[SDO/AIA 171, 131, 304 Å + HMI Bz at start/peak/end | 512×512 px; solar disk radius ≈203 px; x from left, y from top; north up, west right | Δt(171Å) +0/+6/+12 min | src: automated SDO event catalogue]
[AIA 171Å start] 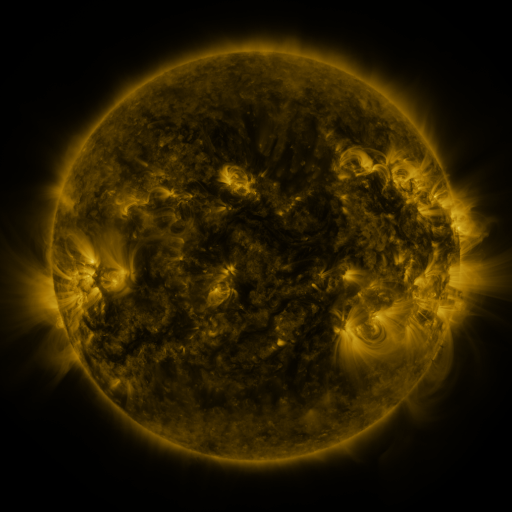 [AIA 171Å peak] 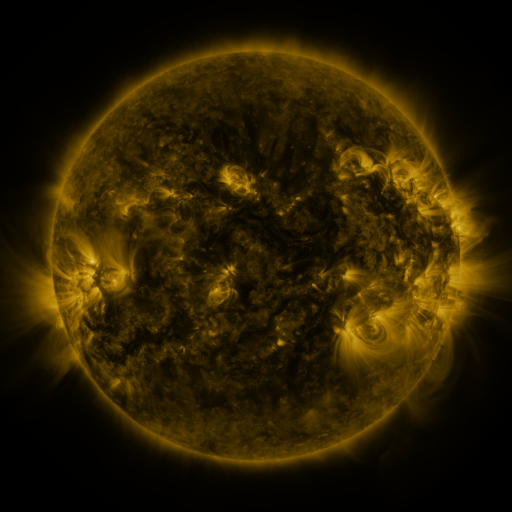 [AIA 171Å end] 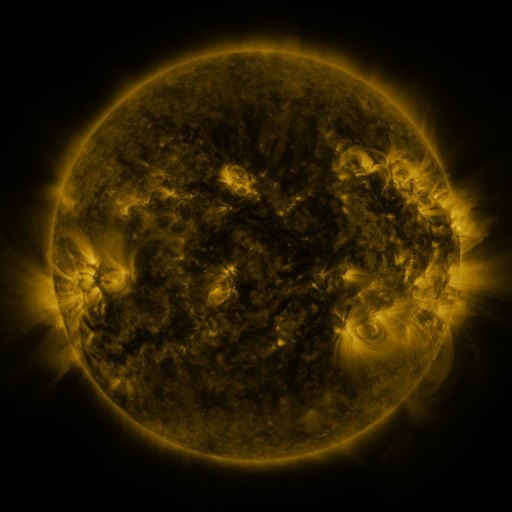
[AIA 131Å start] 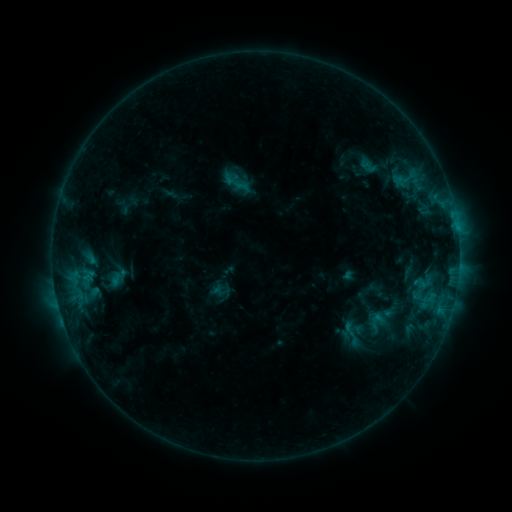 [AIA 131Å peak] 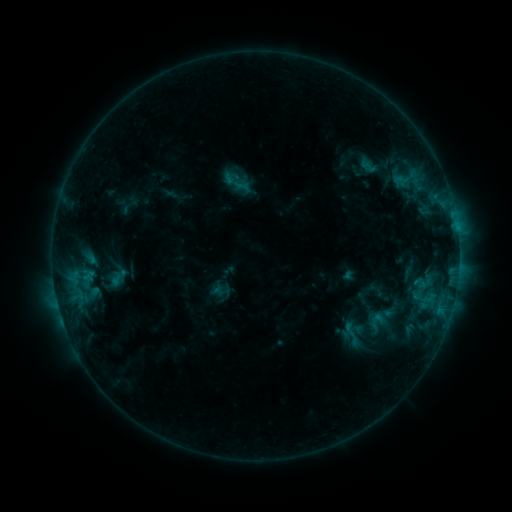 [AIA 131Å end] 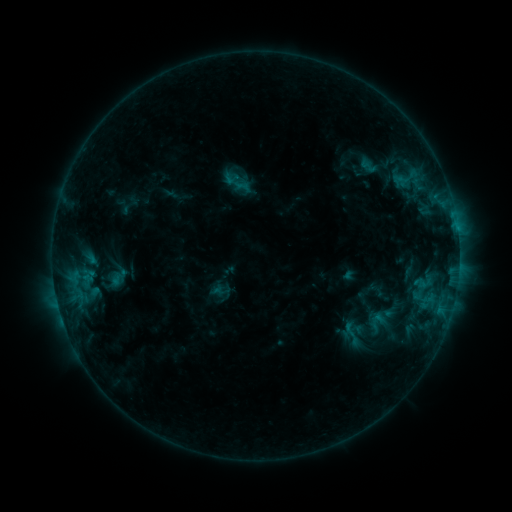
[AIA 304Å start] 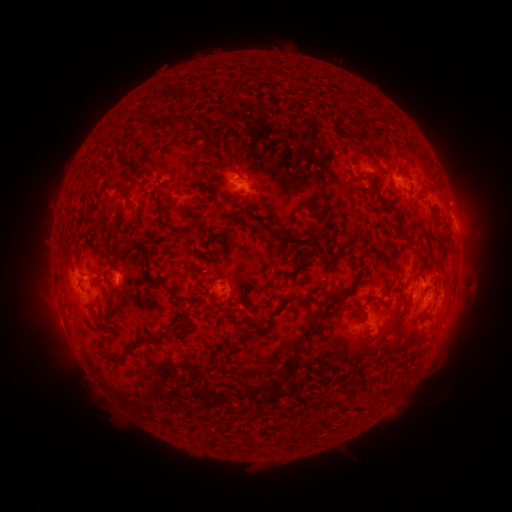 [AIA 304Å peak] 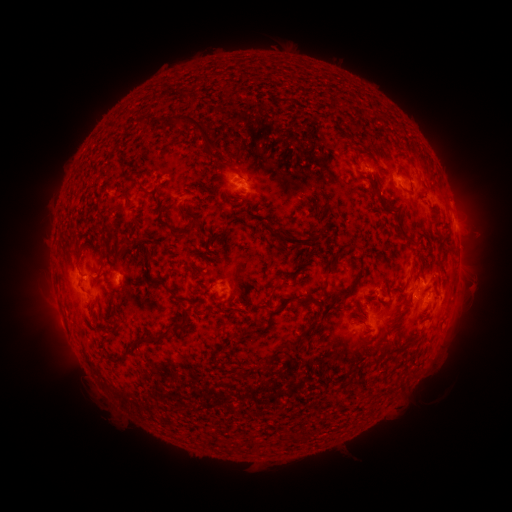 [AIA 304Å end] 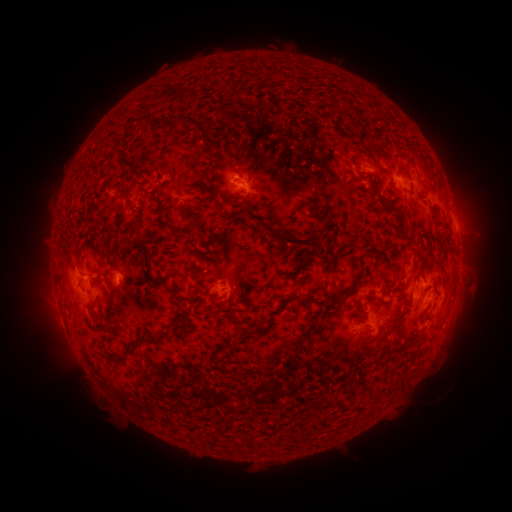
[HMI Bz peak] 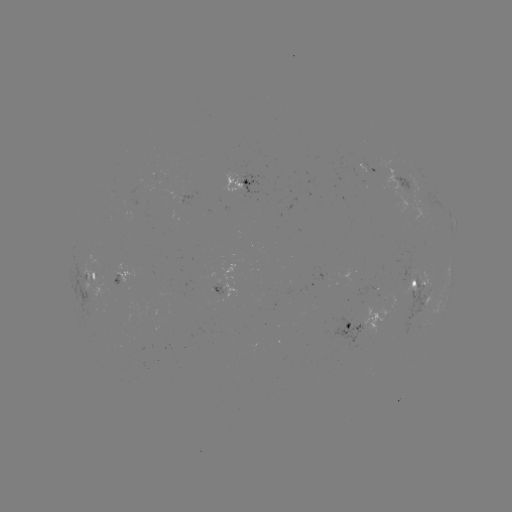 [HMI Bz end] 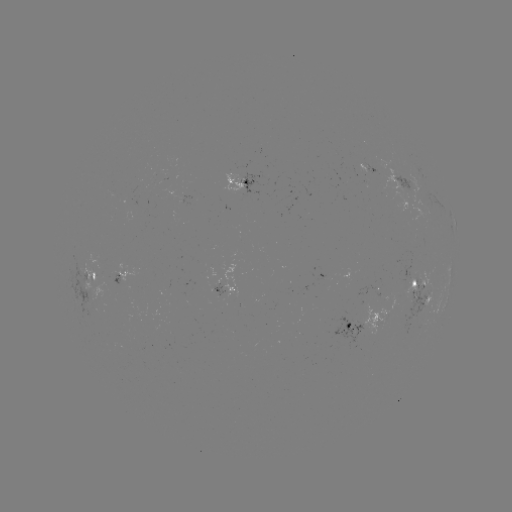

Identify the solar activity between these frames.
no catalogued flare and no flagged EUV brightening in this window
